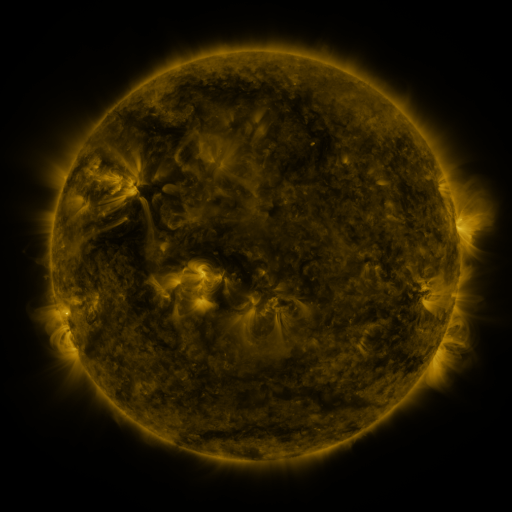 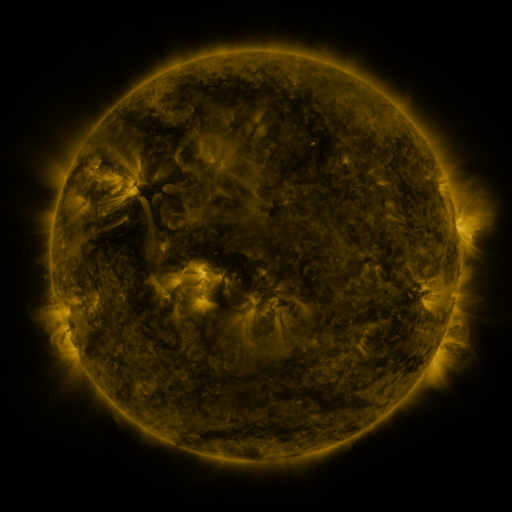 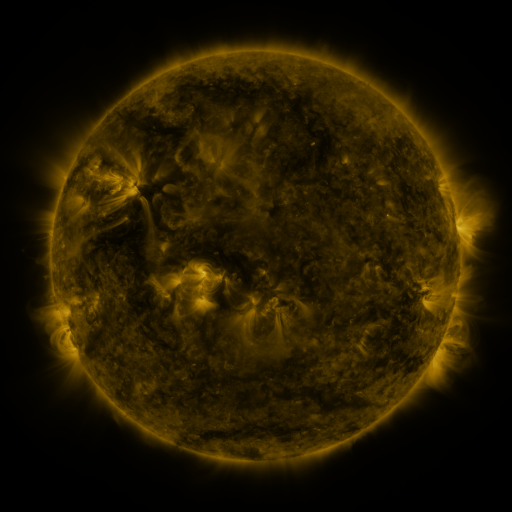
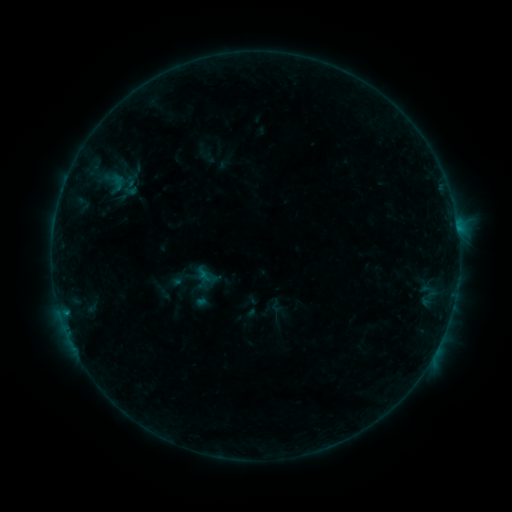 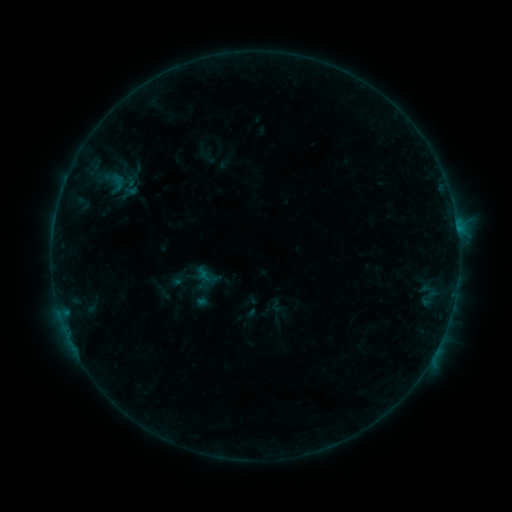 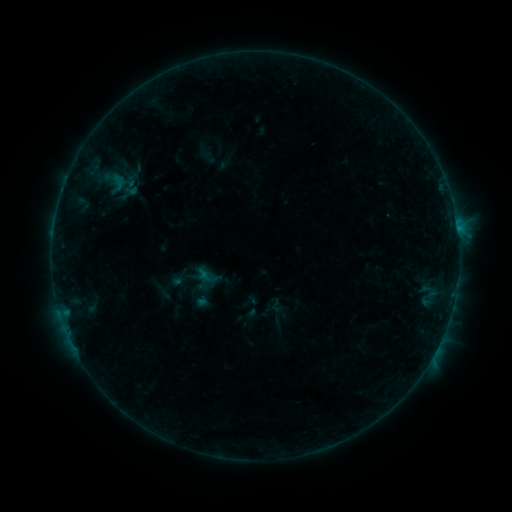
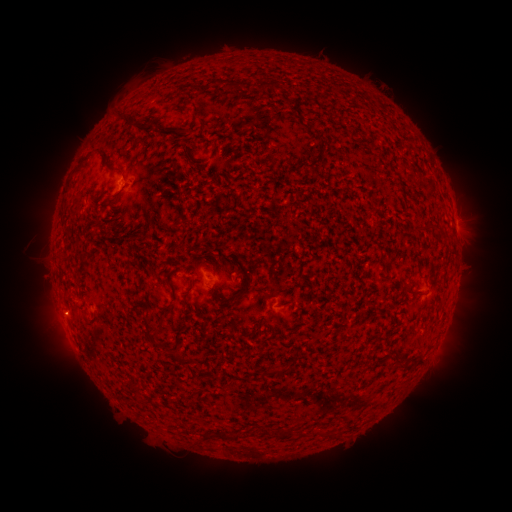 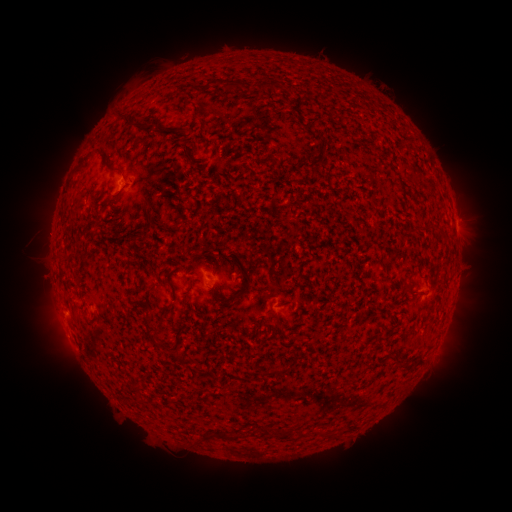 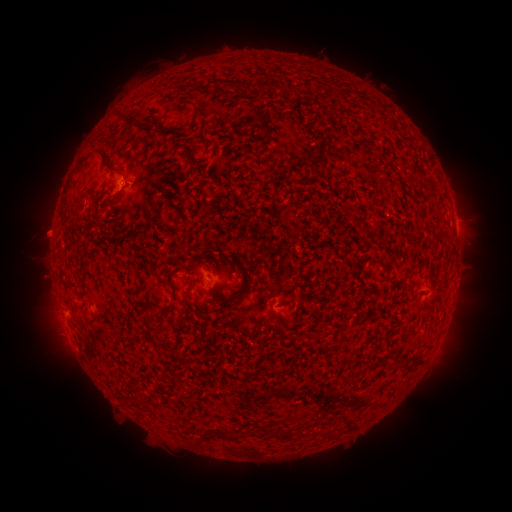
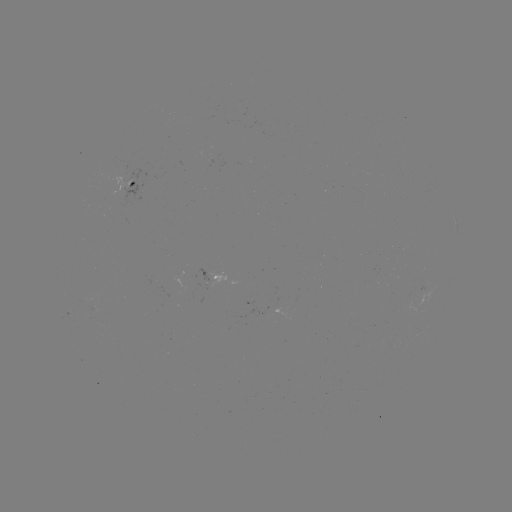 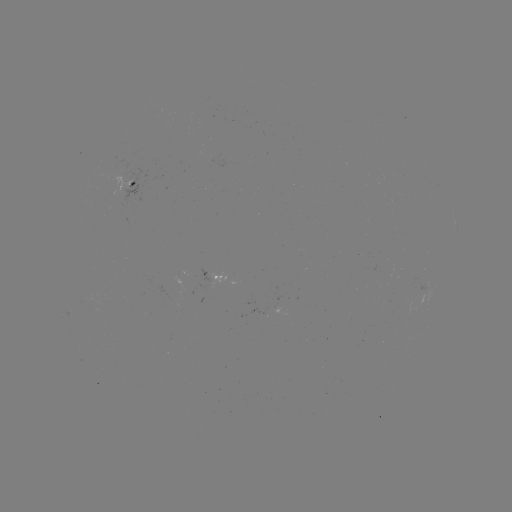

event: eruption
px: (44, 234)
